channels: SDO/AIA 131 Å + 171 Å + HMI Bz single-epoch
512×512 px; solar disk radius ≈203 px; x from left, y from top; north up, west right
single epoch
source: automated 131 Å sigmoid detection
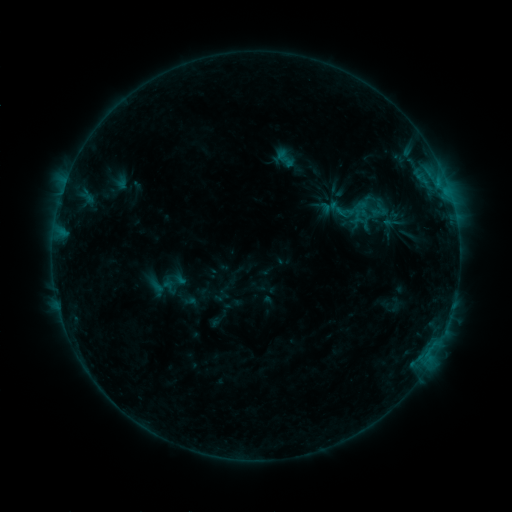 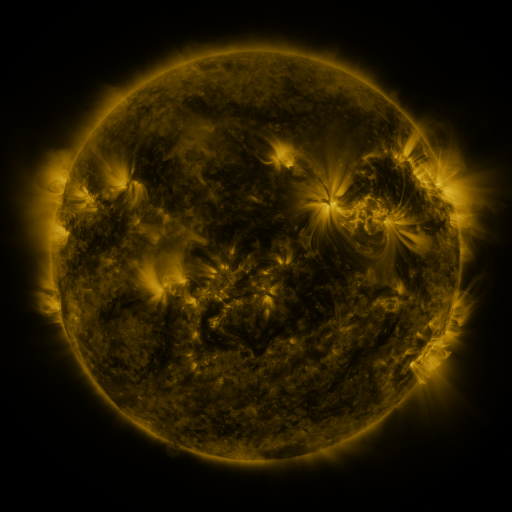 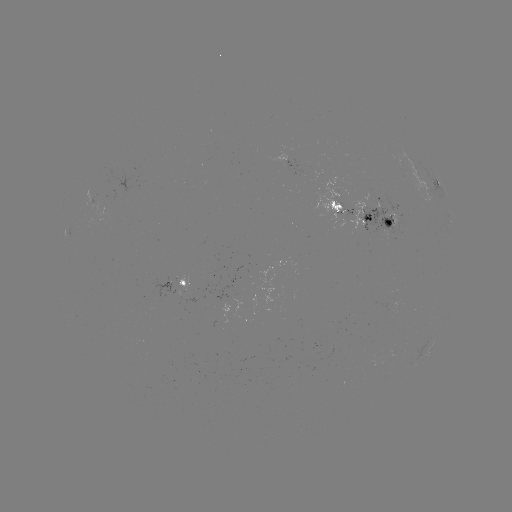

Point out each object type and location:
sigmoid: <bbox>272, 146, 299, 170</bbox>
